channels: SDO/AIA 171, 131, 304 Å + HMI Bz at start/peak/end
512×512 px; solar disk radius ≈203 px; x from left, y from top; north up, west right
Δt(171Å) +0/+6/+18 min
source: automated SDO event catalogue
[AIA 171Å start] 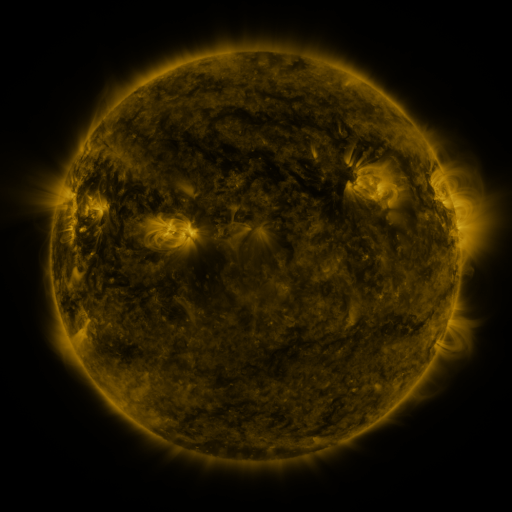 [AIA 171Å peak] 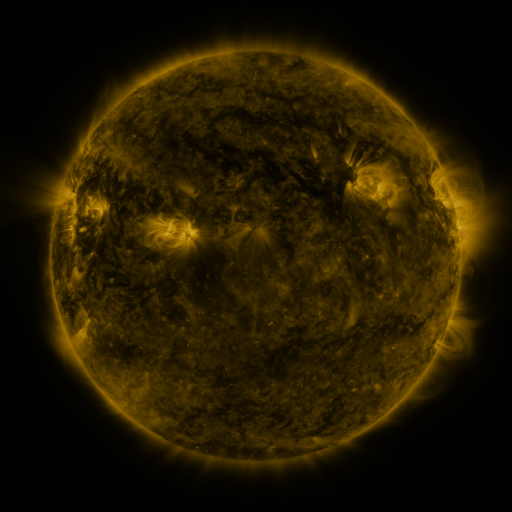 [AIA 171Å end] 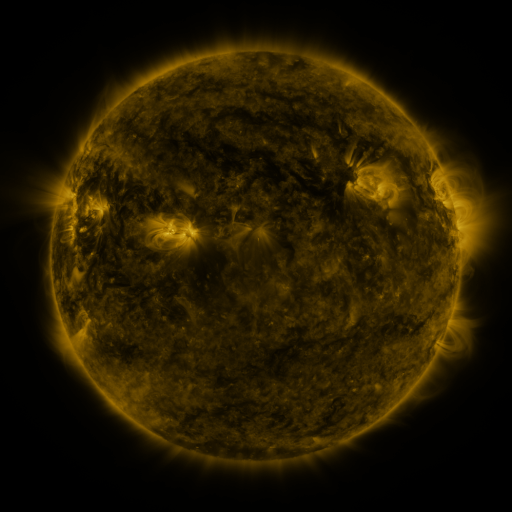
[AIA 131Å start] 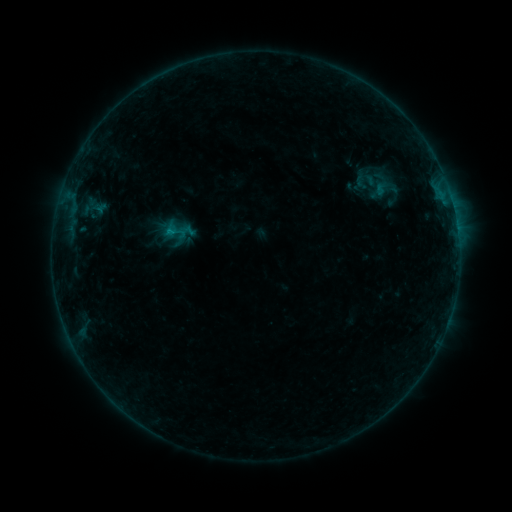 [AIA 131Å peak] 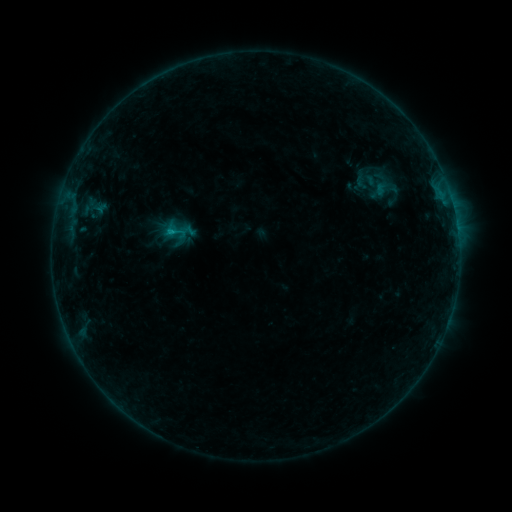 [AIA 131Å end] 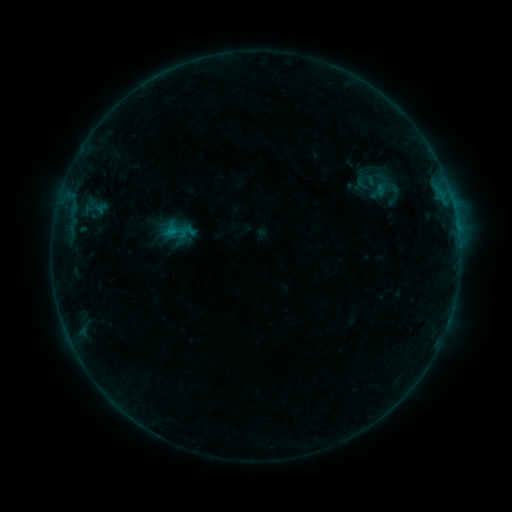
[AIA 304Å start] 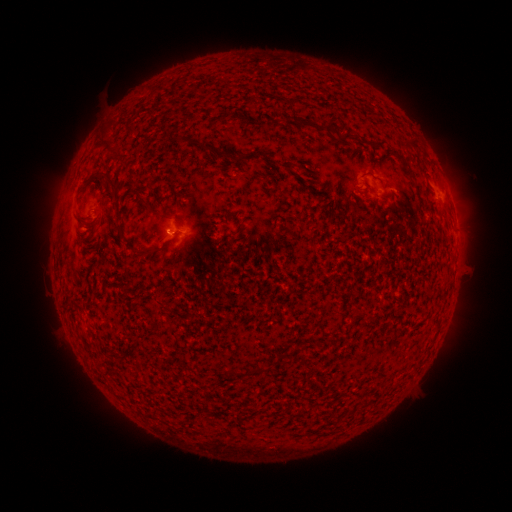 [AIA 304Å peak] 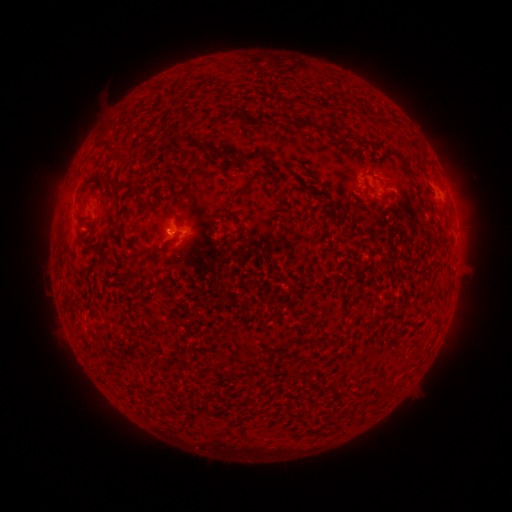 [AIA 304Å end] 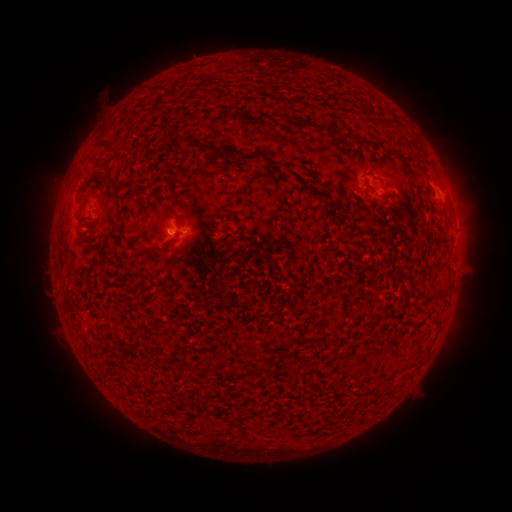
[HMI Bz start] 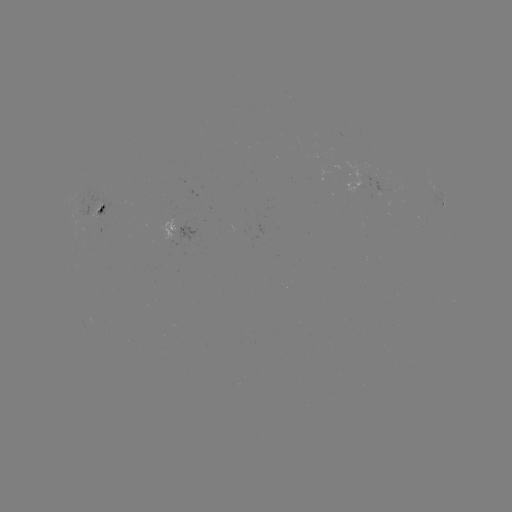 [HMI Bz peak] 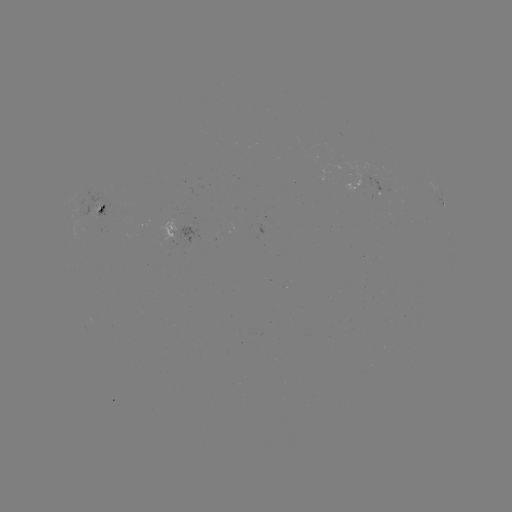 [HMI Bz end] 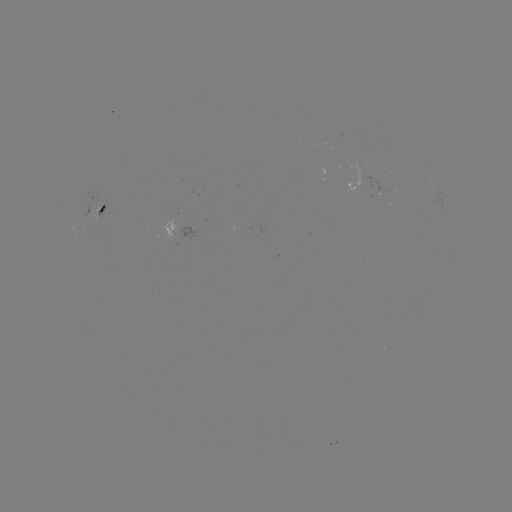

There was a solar flare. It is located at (173, 233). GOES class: B4.4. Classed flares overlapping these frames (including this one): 1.